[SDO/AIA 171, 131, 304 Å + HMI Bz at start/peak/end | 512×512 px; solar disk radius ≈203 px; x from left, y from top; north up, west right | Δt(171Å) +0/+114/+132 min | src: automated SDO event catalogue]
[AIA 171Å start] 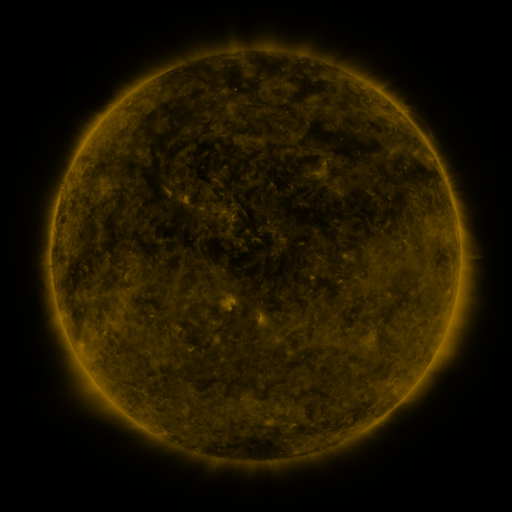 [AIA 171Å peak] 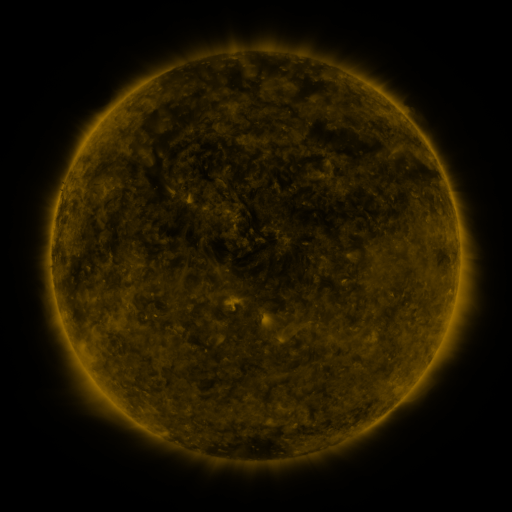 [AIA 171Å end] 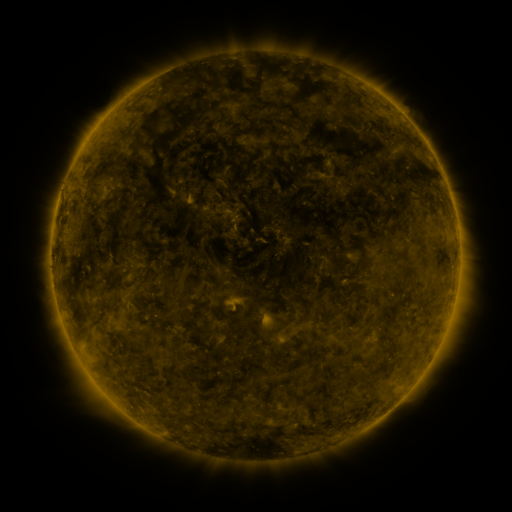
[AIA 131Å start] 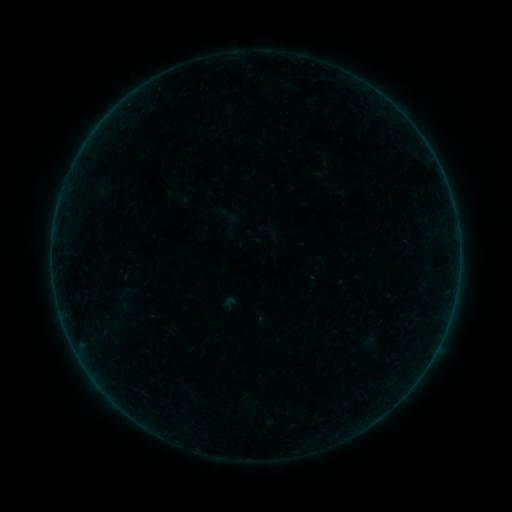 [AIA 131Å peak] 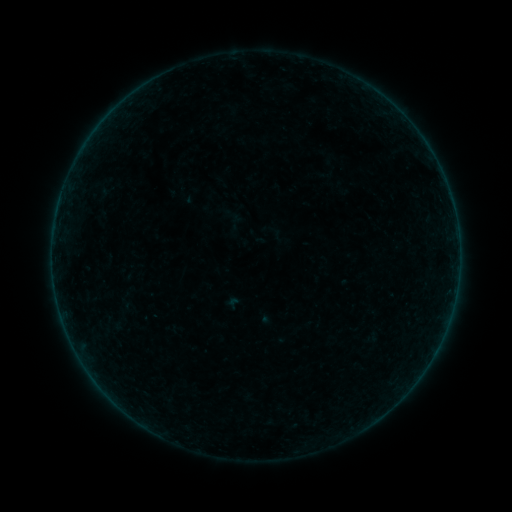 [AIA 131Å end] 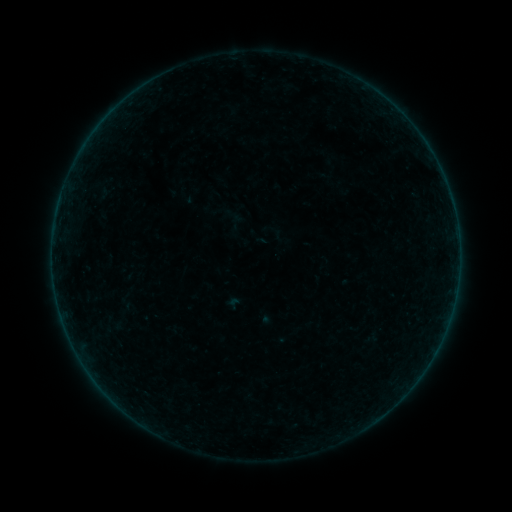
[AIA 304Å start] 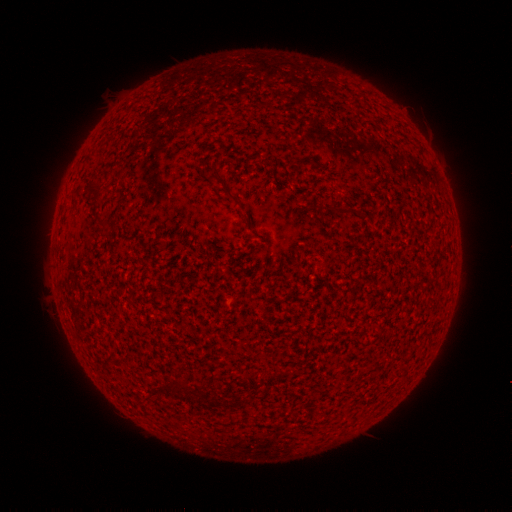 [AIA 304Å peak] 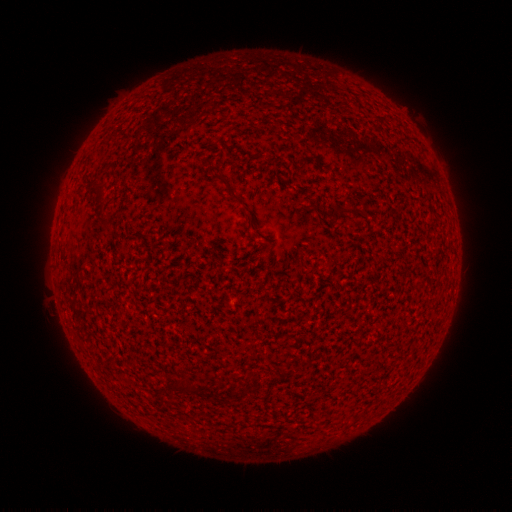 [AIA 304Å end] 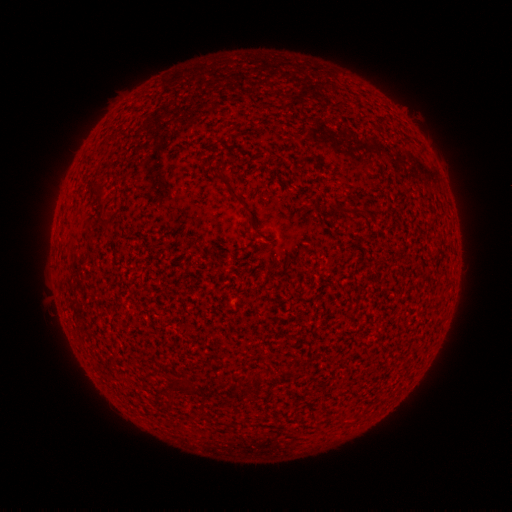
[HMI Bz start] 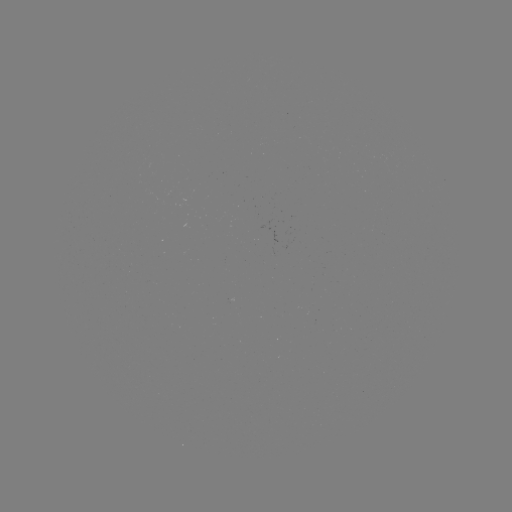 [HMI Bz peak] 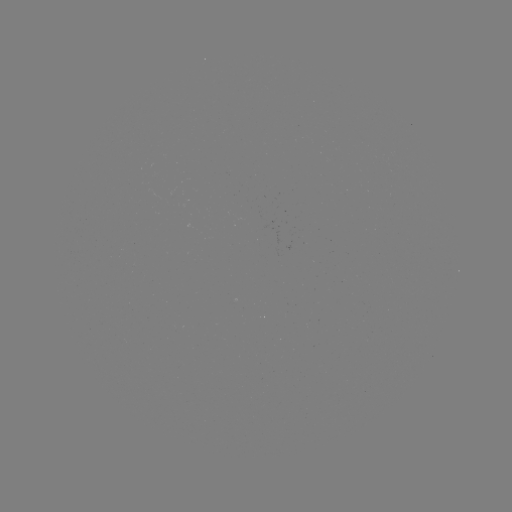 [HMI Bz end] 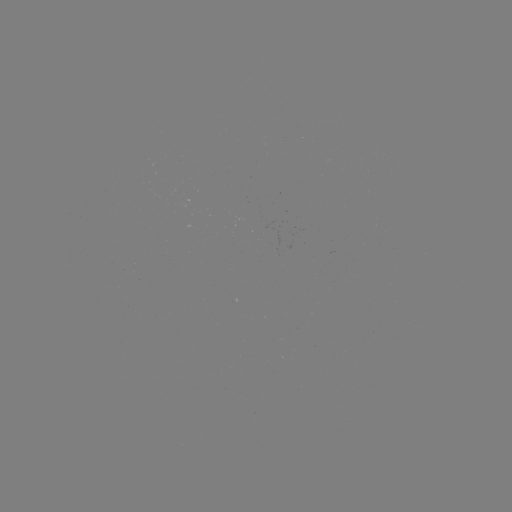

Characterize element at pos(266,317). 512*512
A4.9 flare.